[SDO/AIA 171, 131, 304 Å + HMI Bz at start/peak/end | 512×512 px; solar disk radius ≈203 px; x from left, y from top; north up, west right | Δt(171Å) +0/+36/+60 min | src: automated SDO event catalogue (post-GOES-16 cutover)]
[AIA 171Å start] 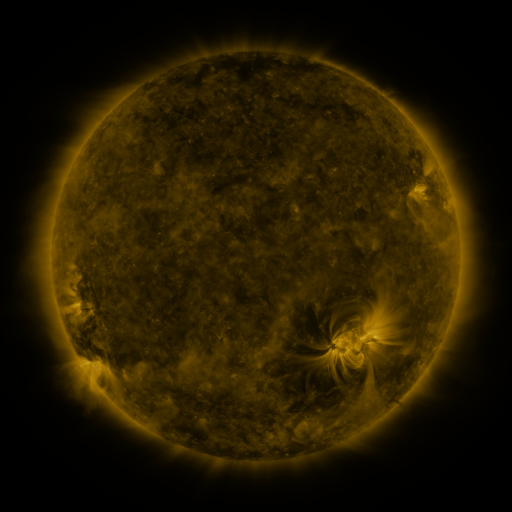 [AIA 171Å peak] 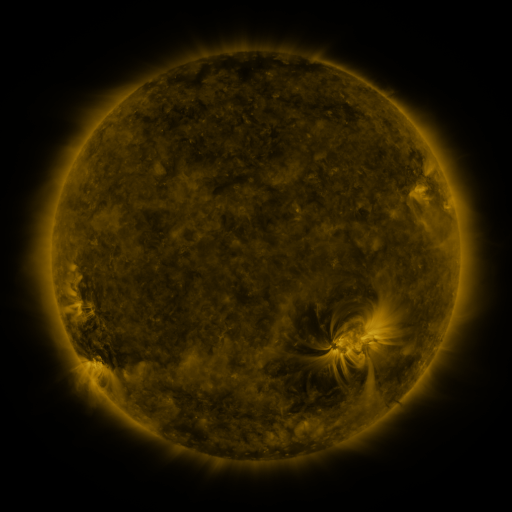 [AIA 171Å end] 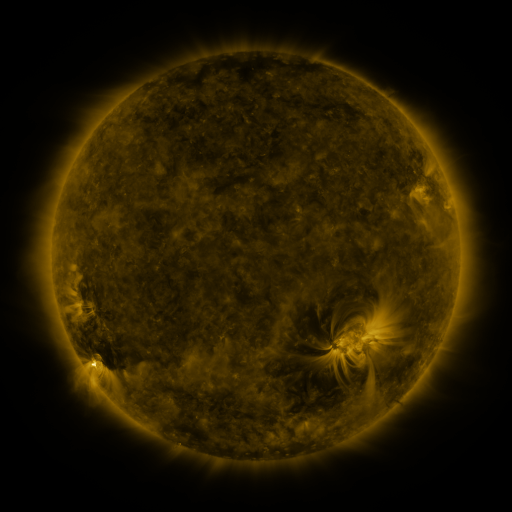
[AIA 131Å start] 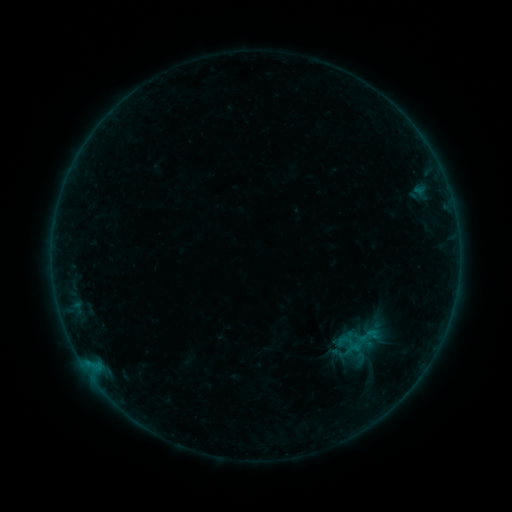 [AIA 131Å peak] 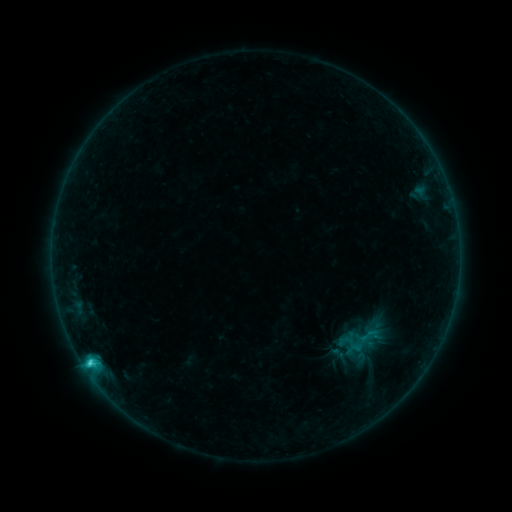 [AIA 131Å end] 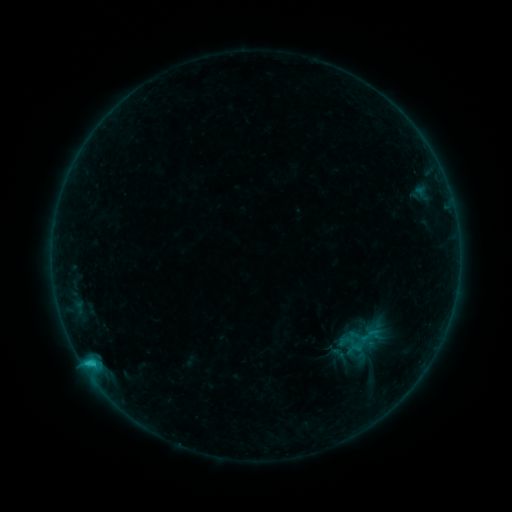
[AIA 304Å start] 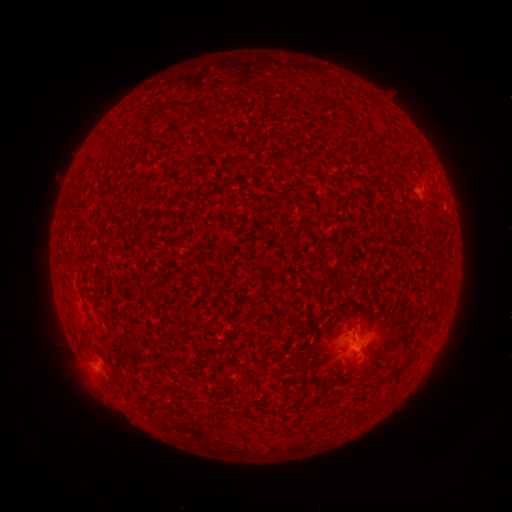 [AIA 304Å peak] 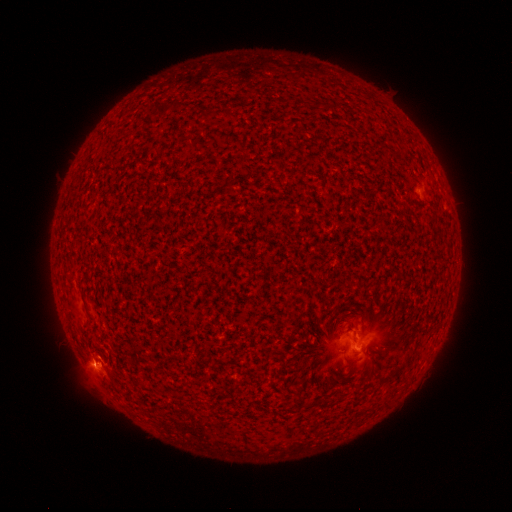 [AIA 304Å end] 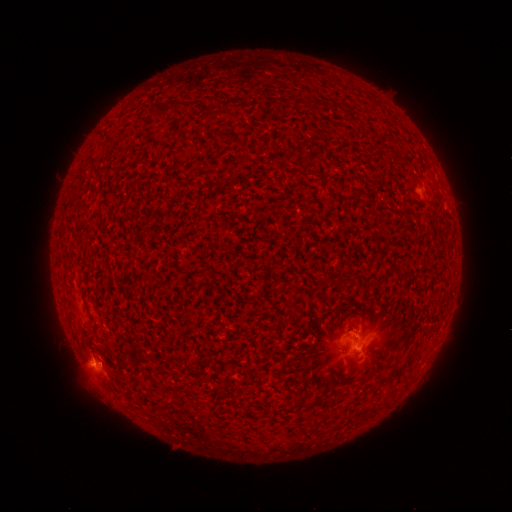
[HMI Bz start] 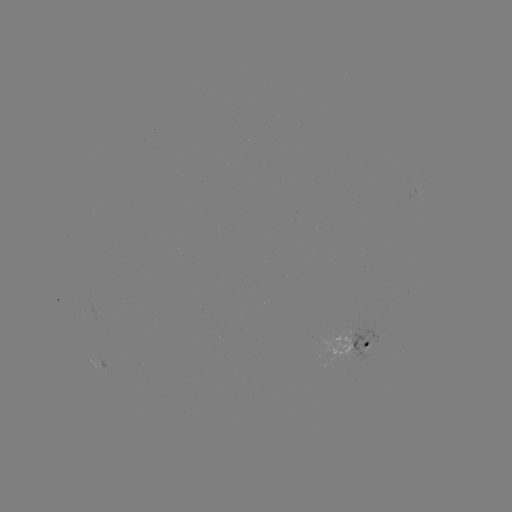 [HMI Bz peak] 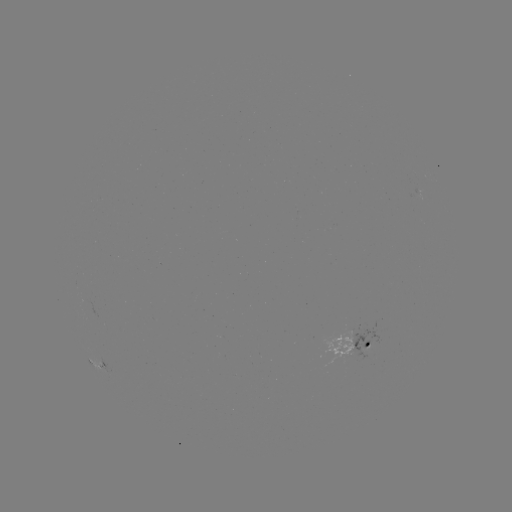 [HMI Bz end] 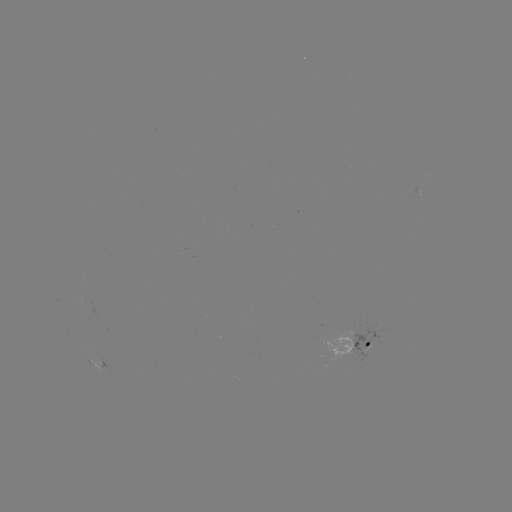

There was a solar flare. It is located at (92, 363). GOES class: C2.6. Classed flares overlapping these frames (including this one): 1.